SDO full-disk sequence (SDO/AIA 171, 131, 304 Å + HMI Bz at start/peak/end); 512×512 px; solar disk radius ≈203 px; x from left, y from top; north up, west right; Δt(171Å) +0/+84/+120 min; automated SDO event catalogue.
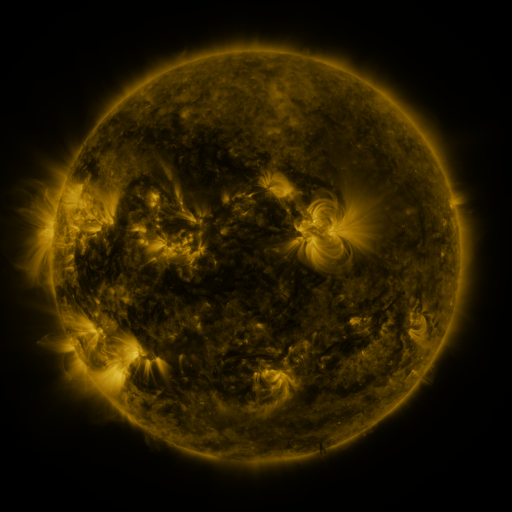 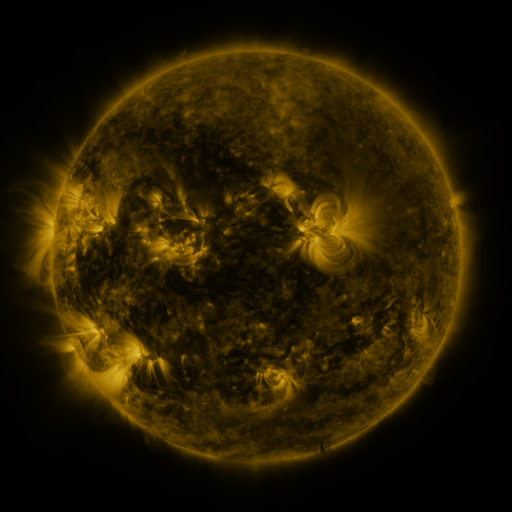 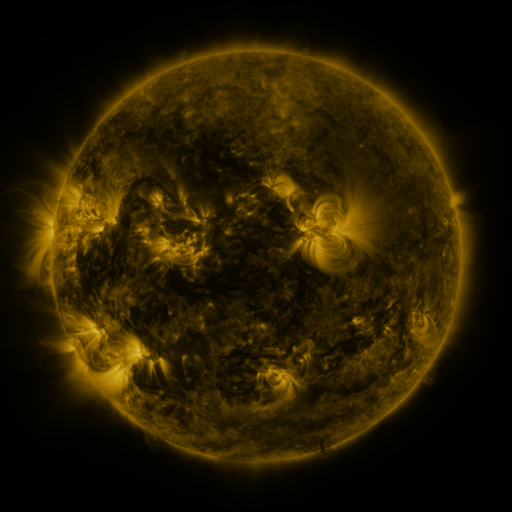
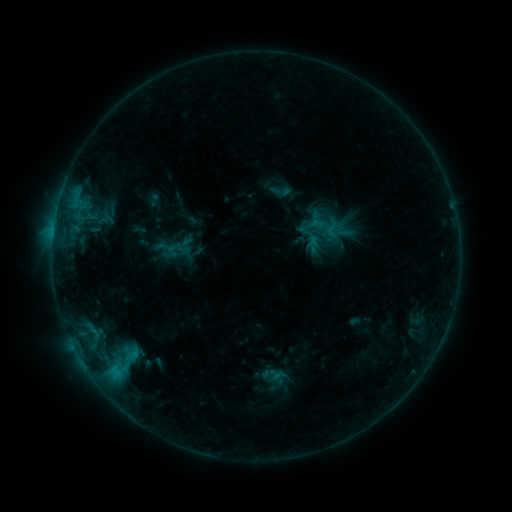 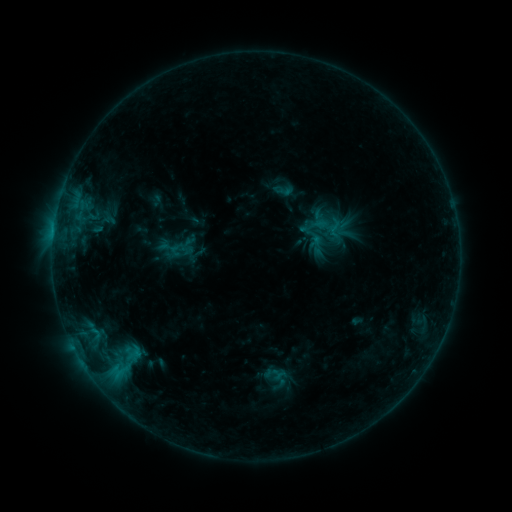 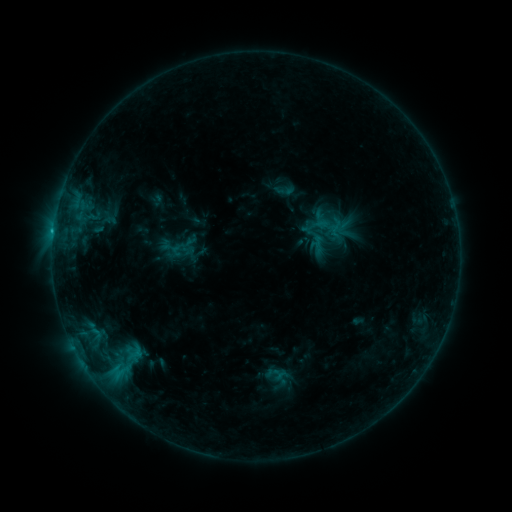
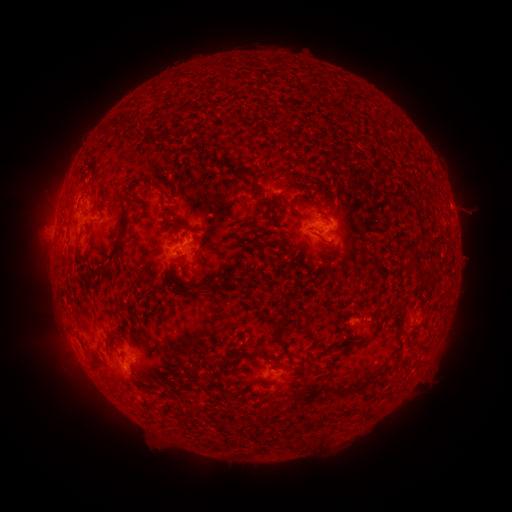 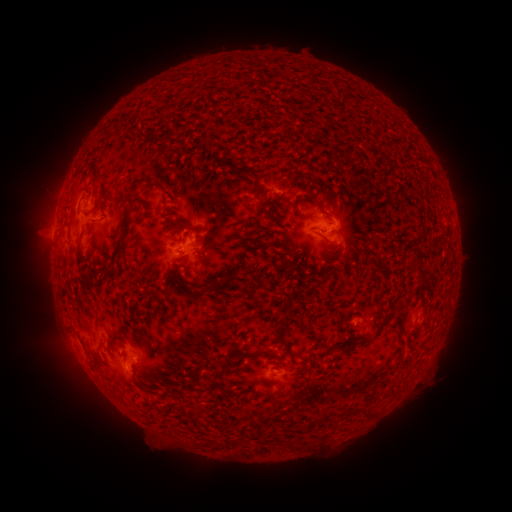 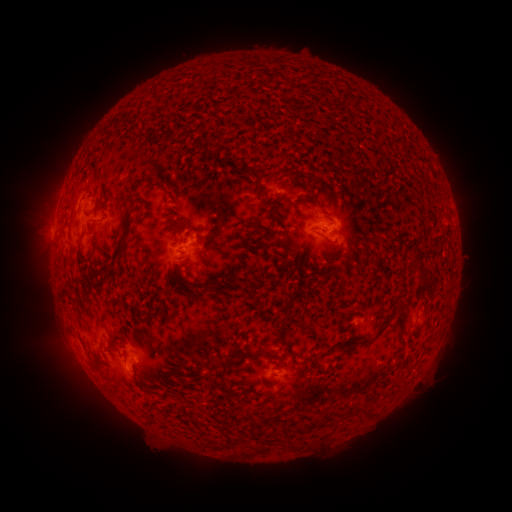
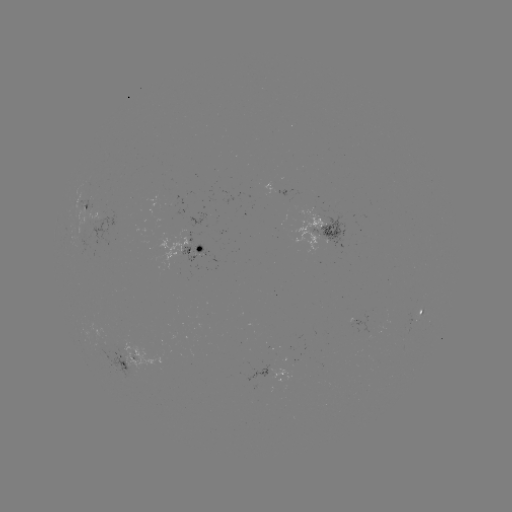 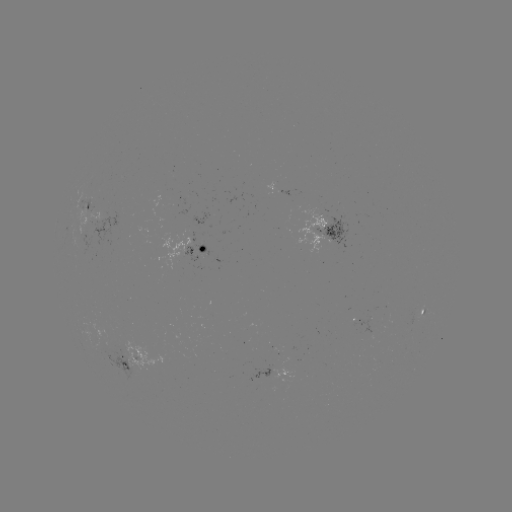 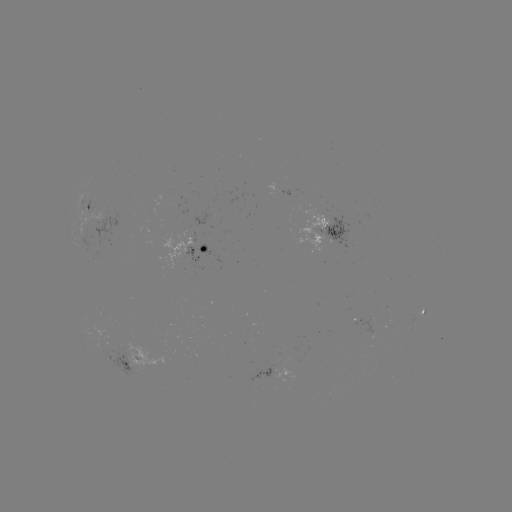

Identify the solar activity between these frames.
emerging-flux region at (320, 219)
